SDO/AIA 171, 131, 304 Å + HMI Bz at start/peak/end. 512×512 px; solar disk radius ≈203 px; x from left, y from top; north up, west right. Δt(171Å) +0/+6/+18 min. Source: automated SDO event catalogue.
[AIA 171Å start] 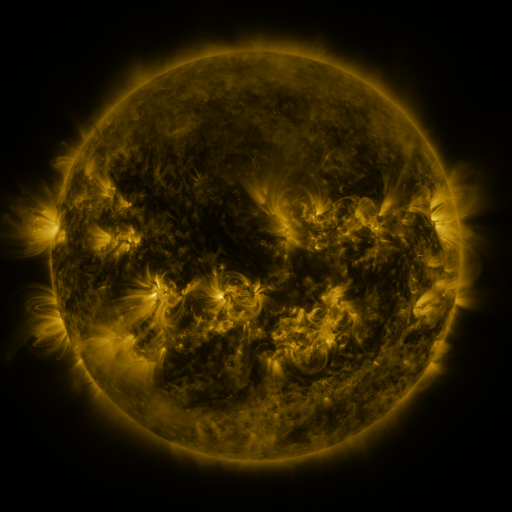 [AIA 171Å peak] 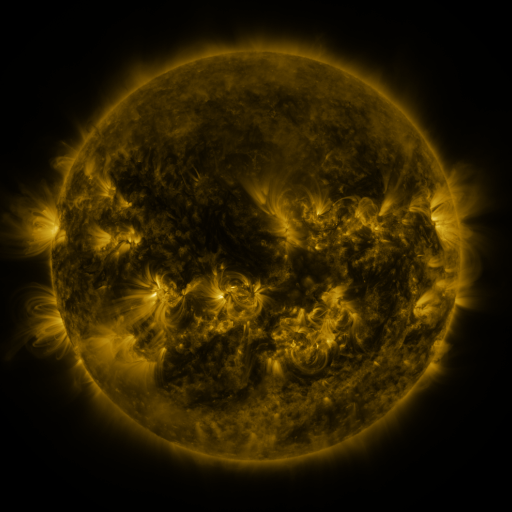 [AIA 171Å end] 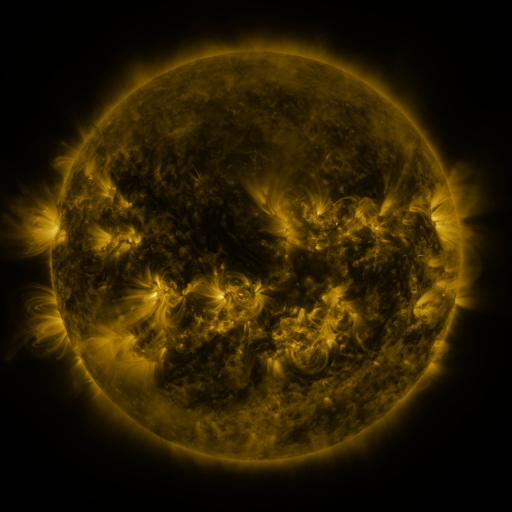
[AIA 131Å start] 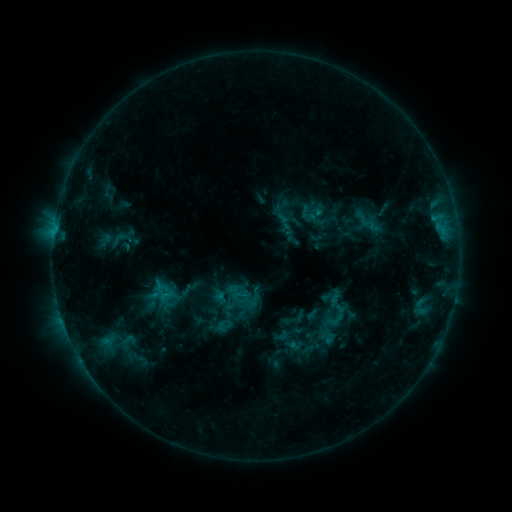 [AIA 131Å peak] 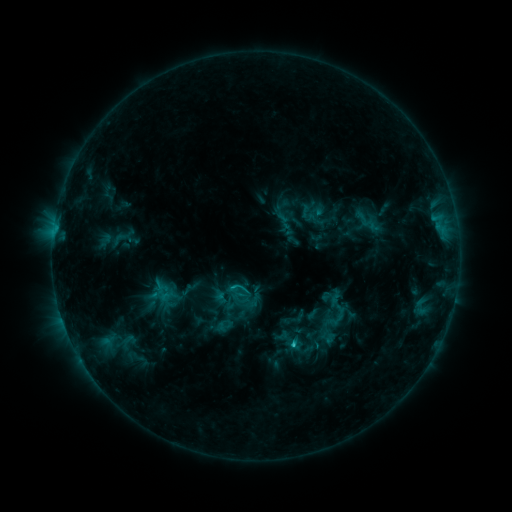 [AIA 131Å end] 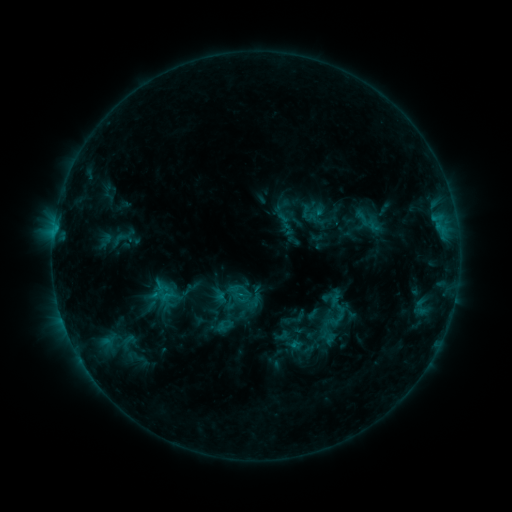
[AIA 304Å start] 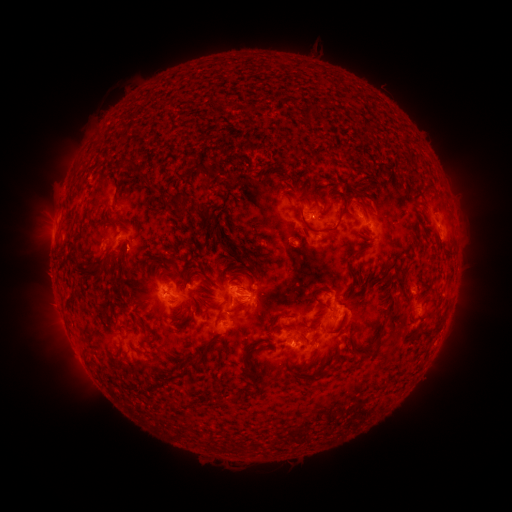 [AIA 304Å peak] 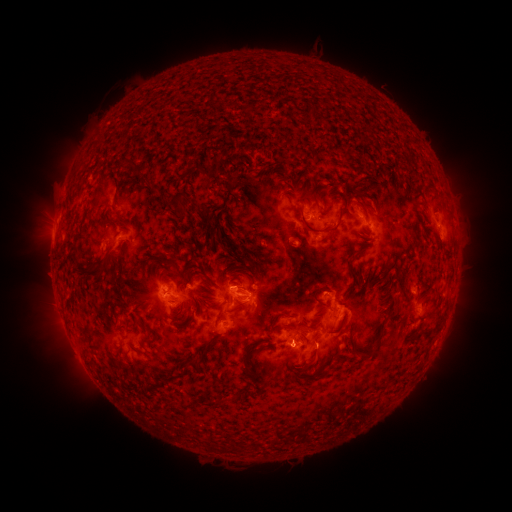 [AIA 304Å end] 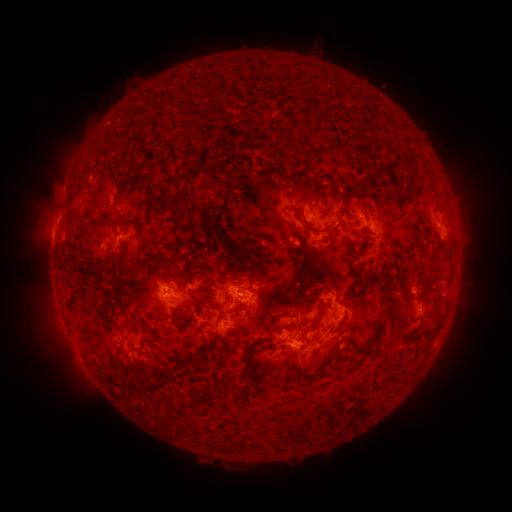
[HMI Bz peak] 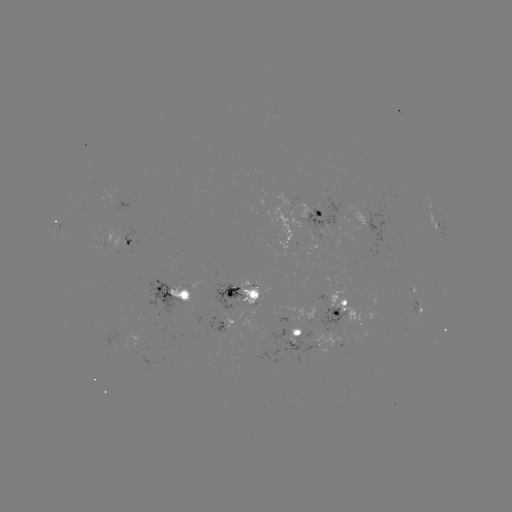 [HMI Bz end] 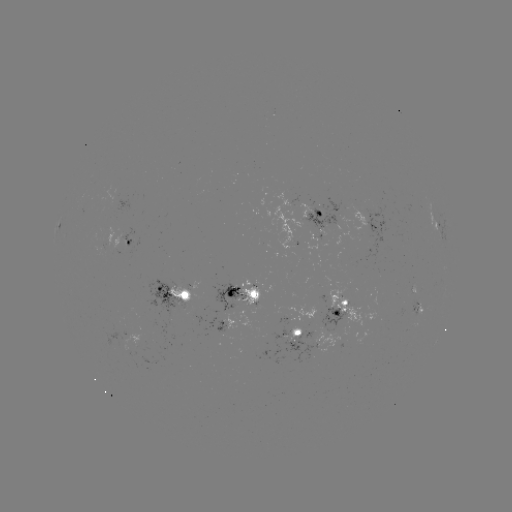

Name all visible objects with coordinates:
C1.9 flare: (314, 346)
